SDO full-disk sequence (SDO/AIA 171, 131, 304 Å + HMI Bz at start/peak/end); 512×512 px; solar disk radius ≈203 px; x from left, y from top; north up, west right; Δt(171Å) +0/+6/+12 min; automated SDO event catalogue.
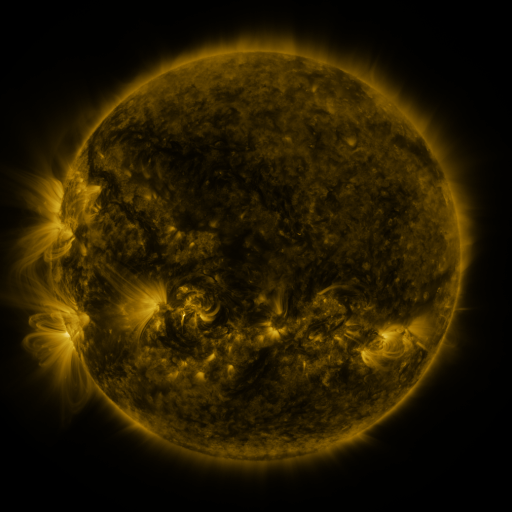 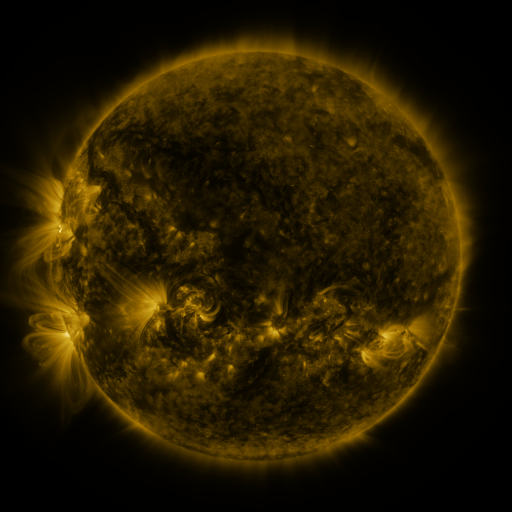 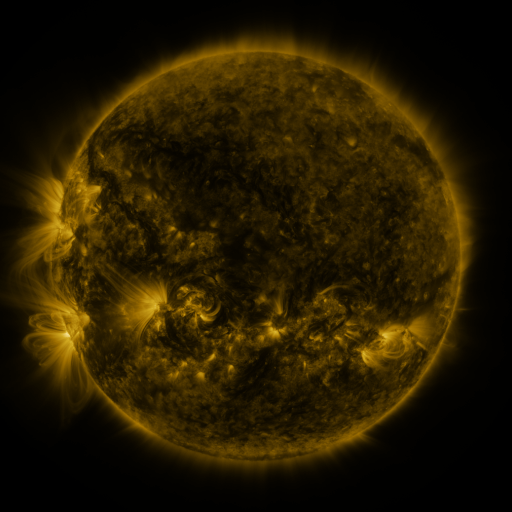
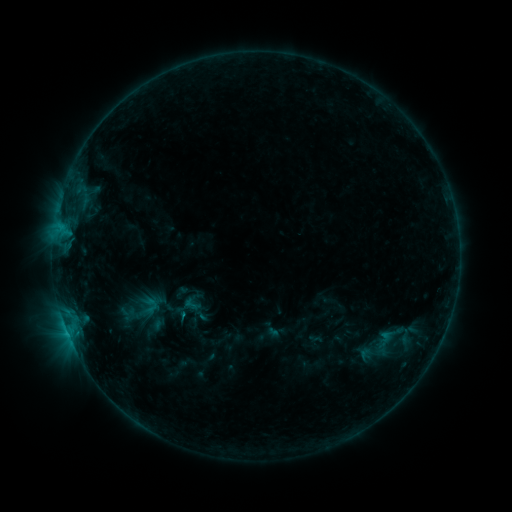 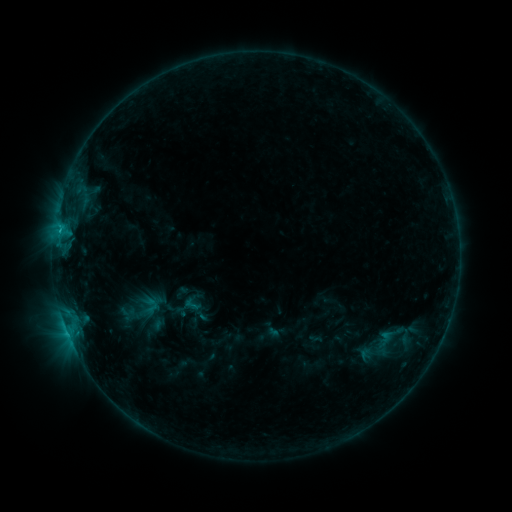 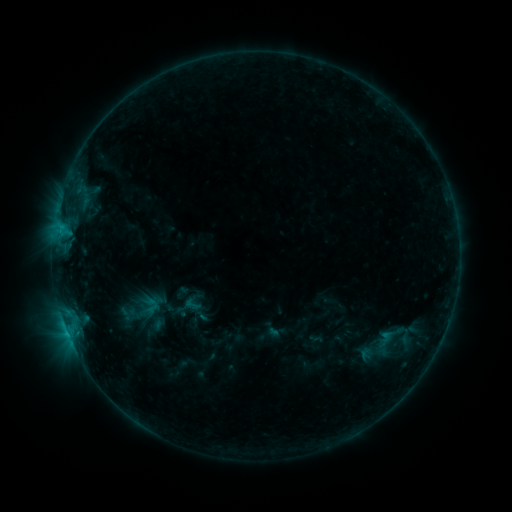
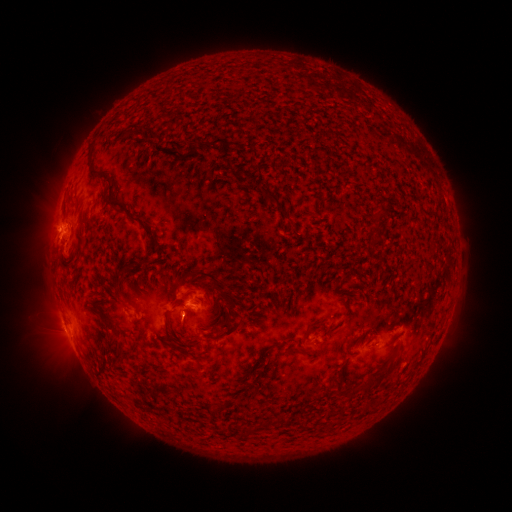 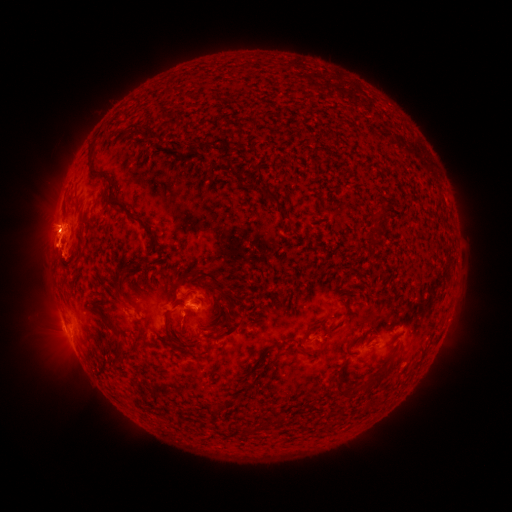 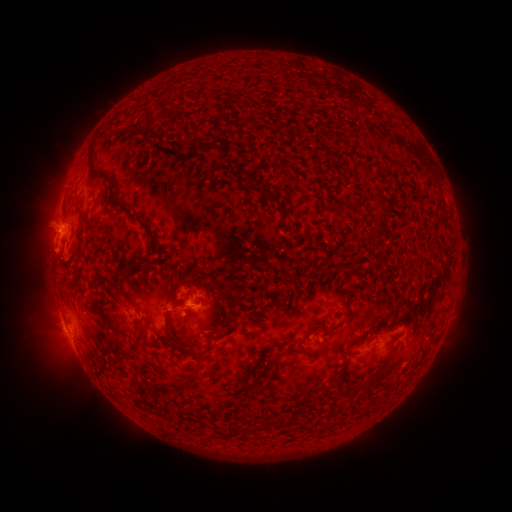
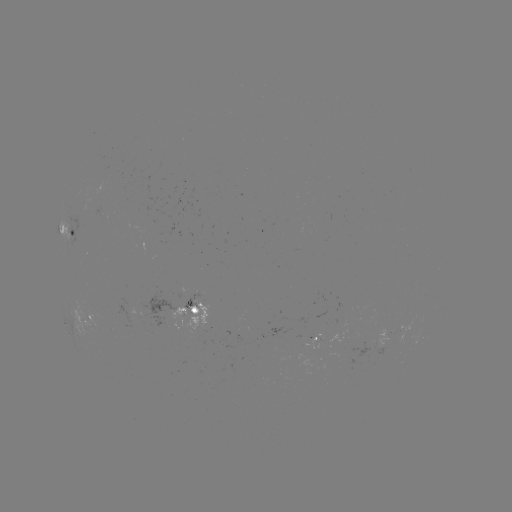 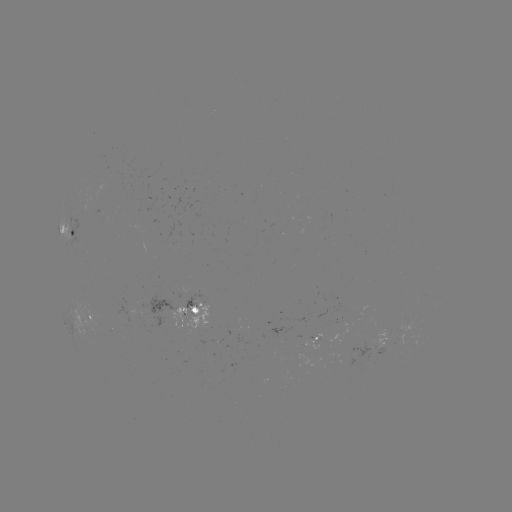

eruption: [30, 201, 81, 278]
